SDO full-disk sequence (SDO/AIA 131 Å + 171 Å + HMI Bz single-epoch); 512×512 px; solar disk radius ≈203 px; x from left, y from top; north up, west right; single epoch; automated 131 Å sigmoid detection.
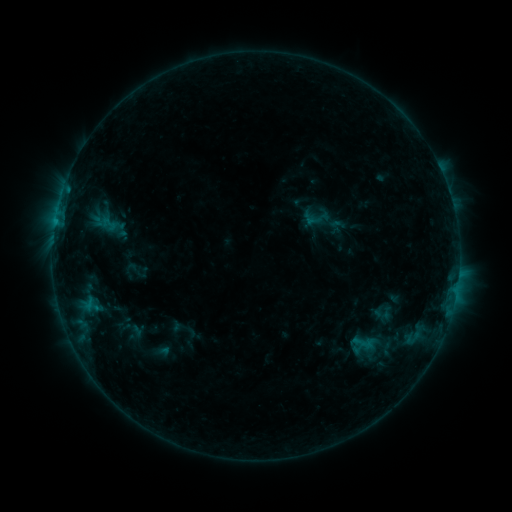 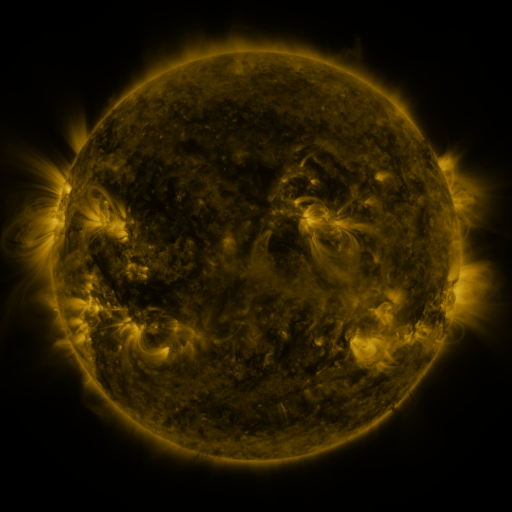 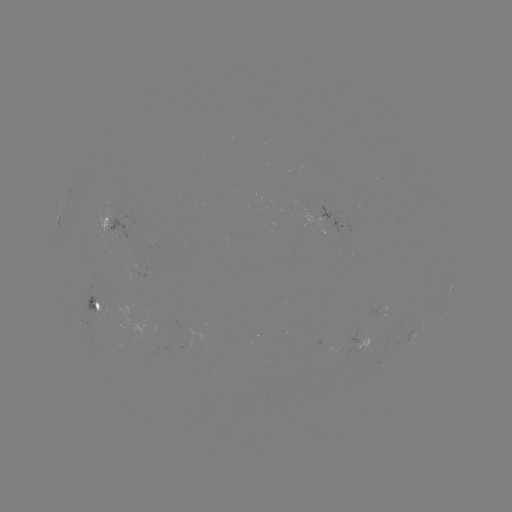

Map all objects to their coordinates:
sigmoid: [301, 203, 332, 230]
